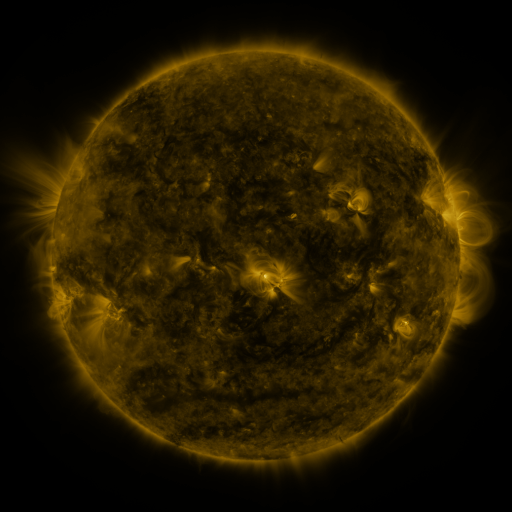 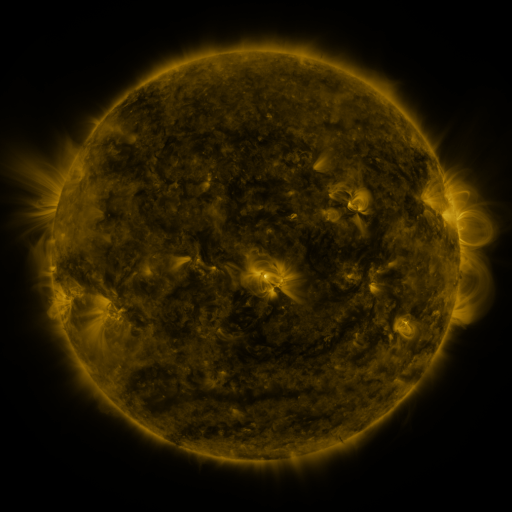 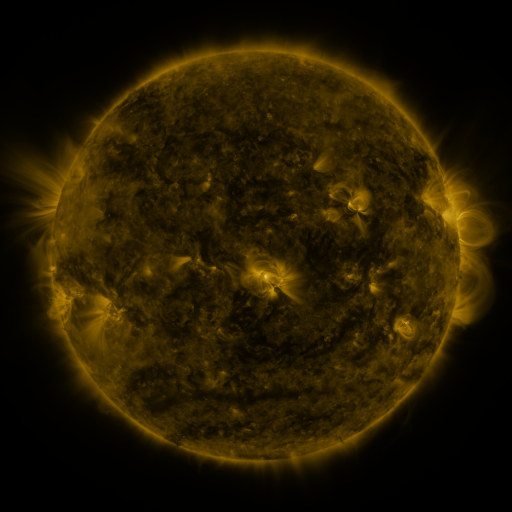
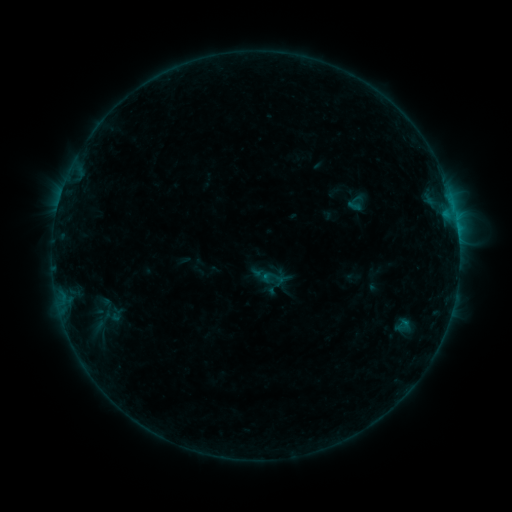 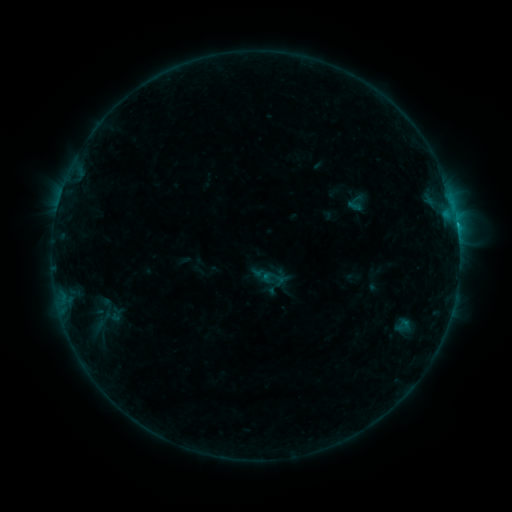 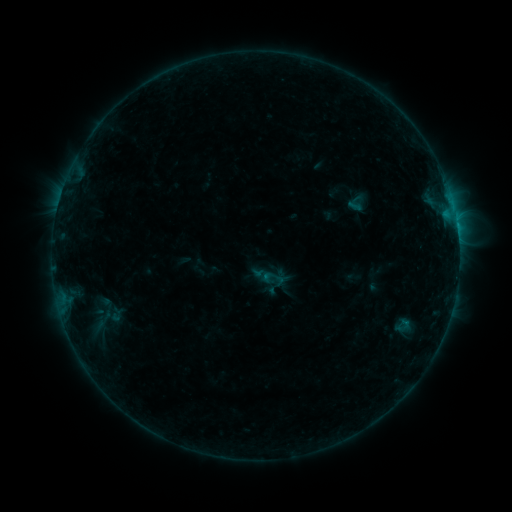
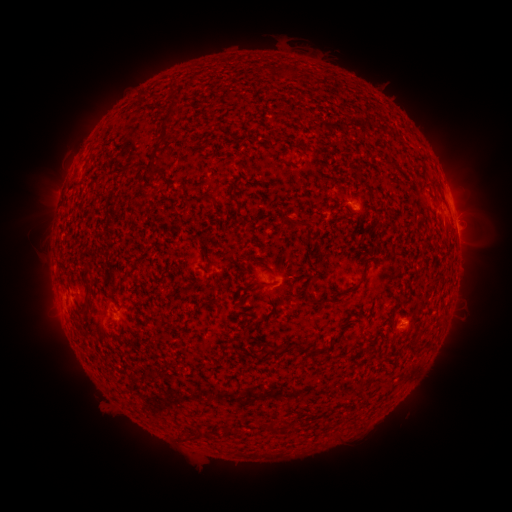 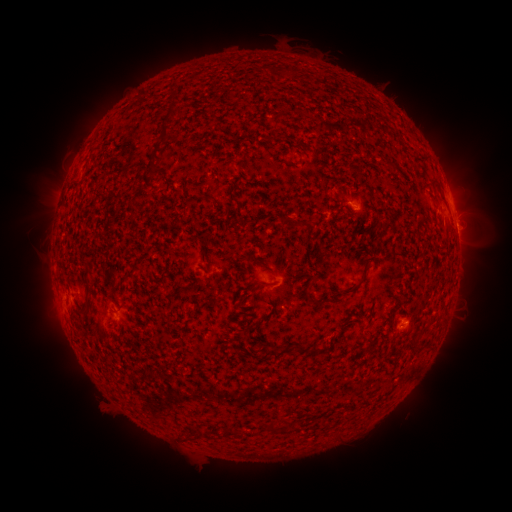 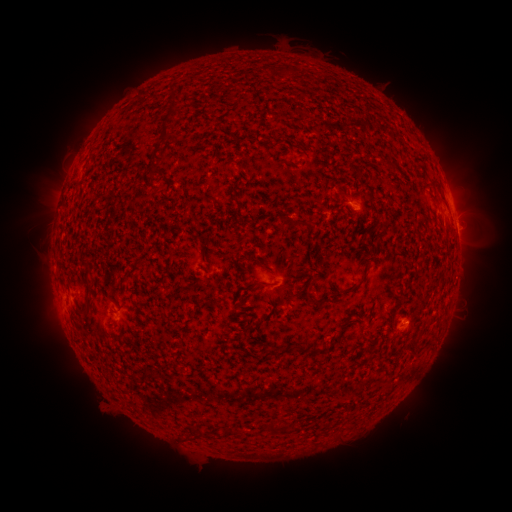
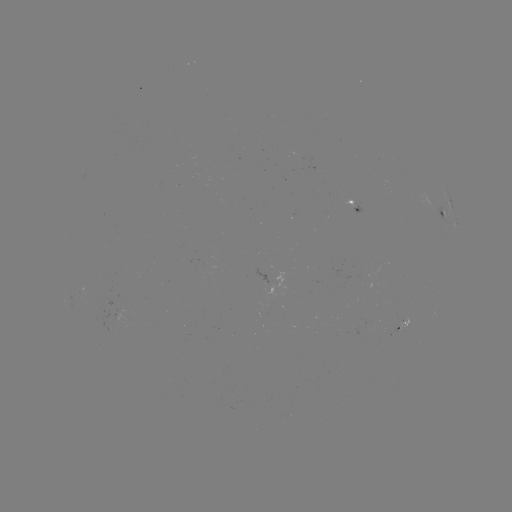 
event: flare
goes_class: B6.3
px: (457, 227)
